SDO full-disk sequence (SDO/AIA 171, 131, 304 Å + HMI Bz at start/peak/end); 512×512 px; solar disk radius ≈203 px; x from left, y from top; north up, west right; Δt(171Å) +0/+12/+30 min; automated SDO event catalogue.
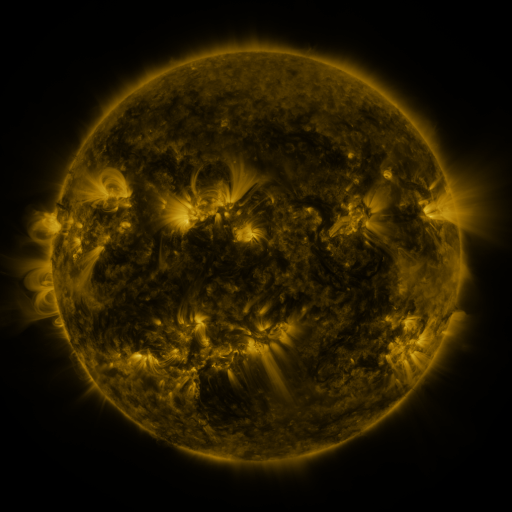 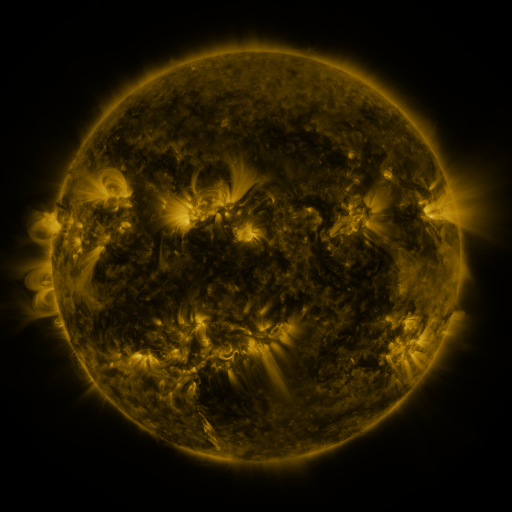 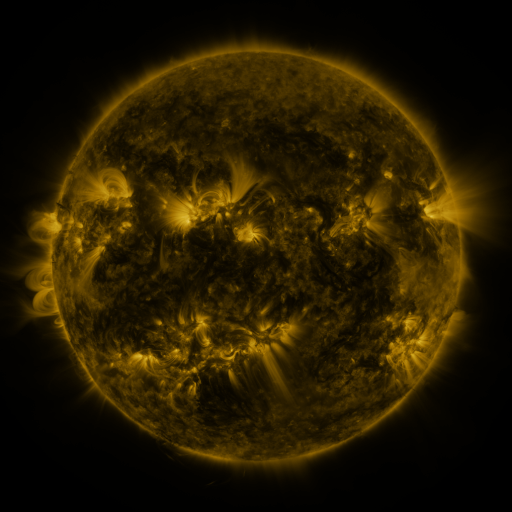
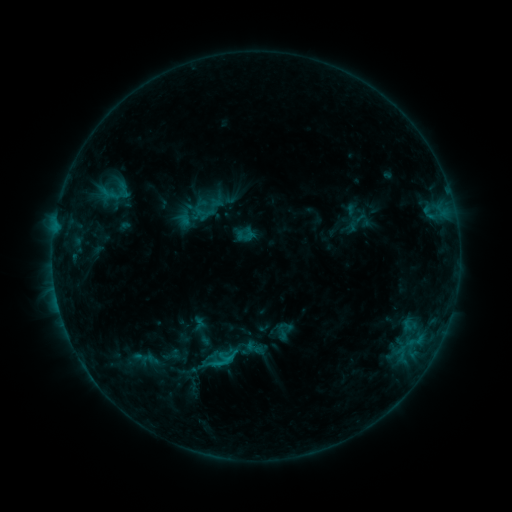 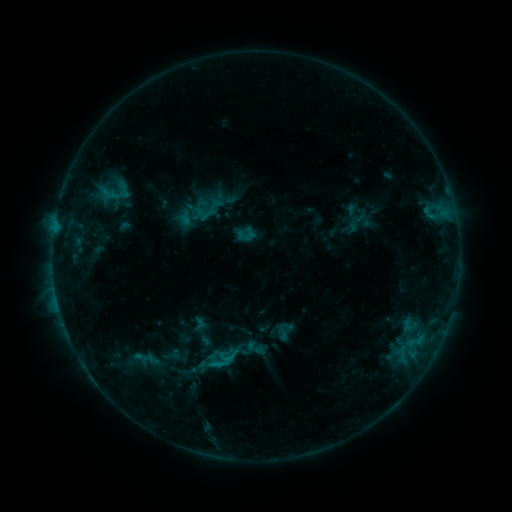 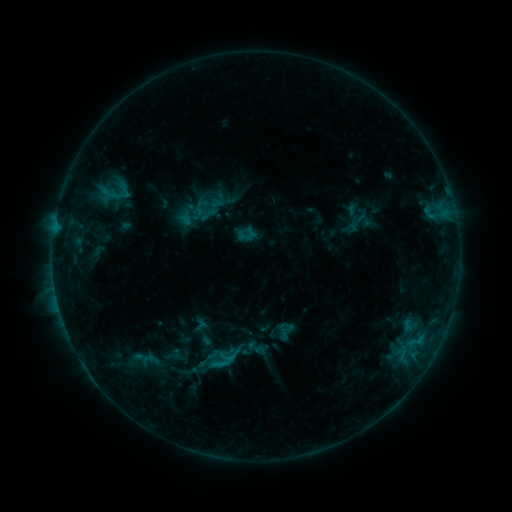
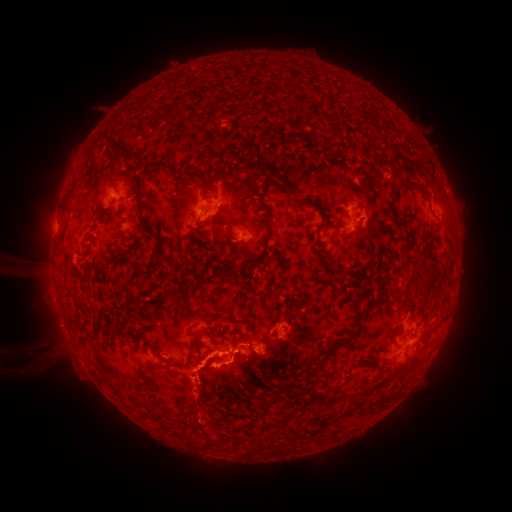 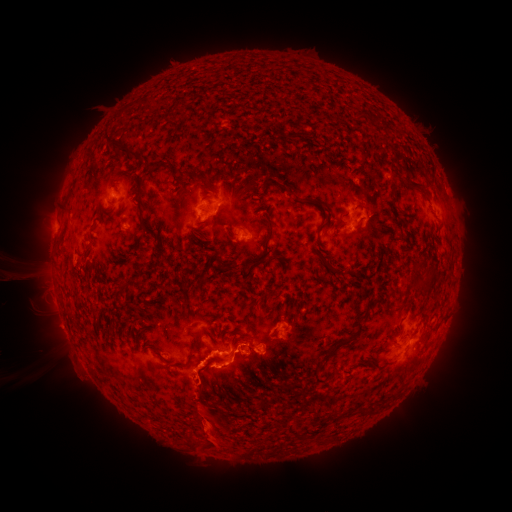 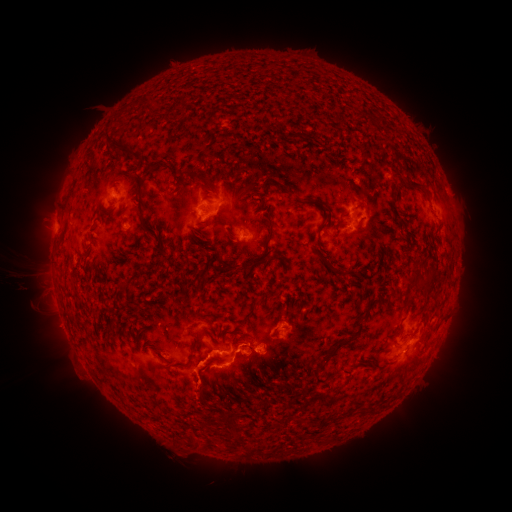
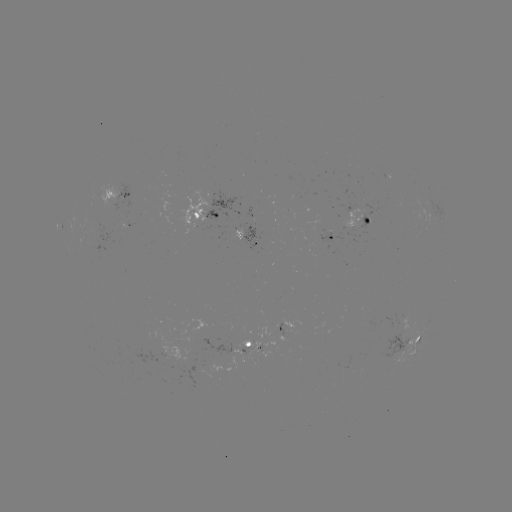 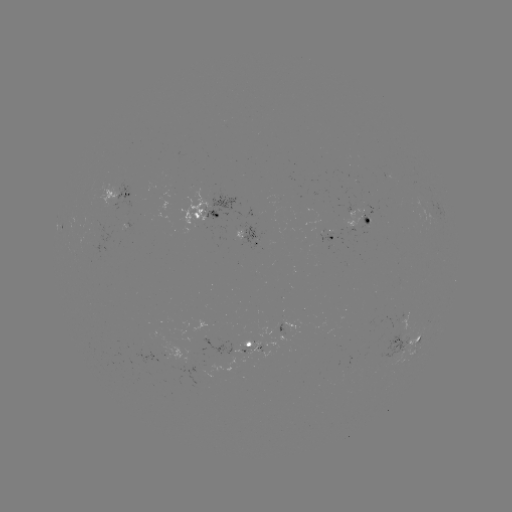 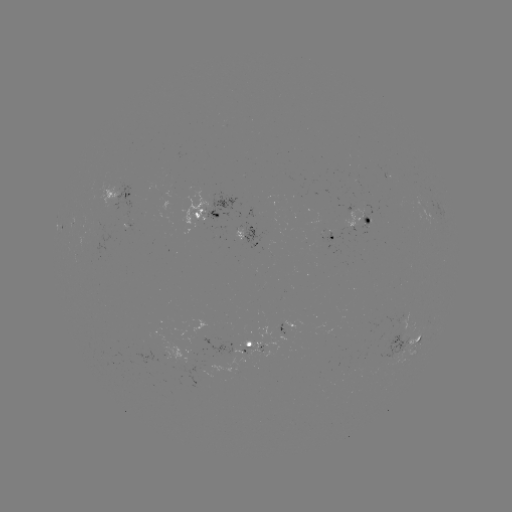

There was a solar eruption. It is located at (211, 435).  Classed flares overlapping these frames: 2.